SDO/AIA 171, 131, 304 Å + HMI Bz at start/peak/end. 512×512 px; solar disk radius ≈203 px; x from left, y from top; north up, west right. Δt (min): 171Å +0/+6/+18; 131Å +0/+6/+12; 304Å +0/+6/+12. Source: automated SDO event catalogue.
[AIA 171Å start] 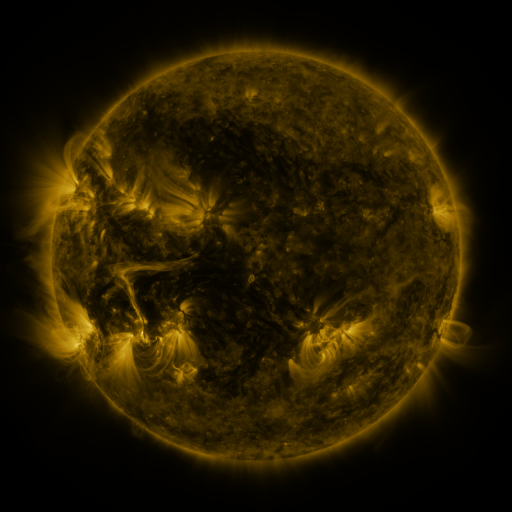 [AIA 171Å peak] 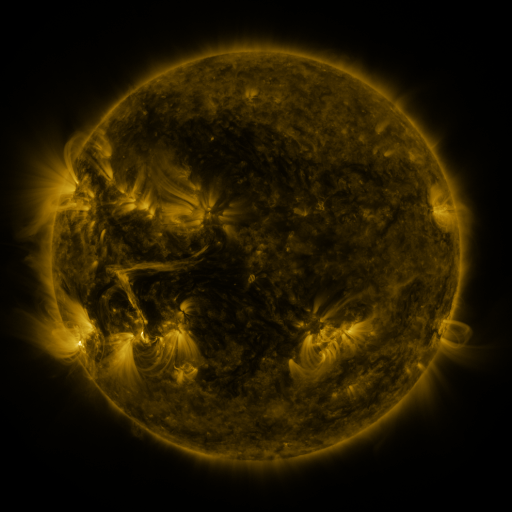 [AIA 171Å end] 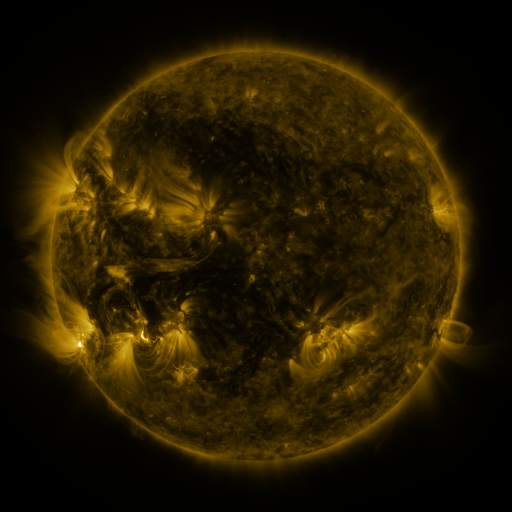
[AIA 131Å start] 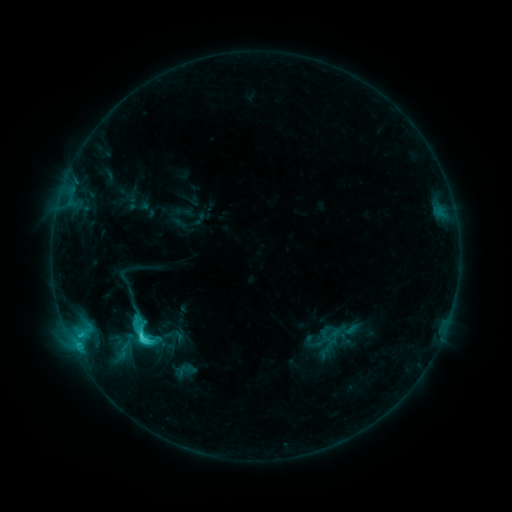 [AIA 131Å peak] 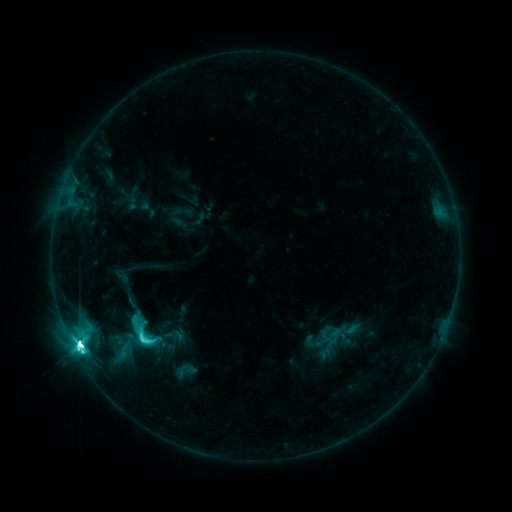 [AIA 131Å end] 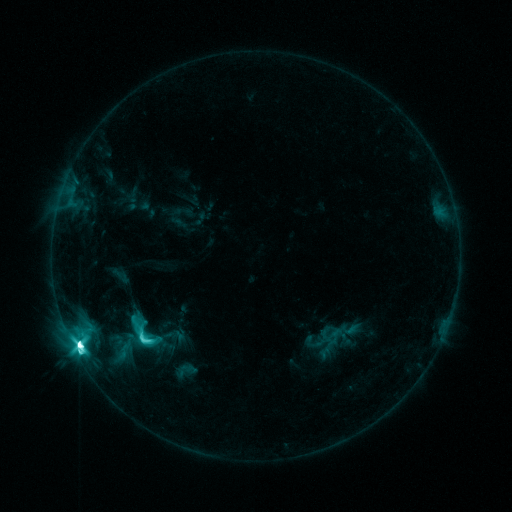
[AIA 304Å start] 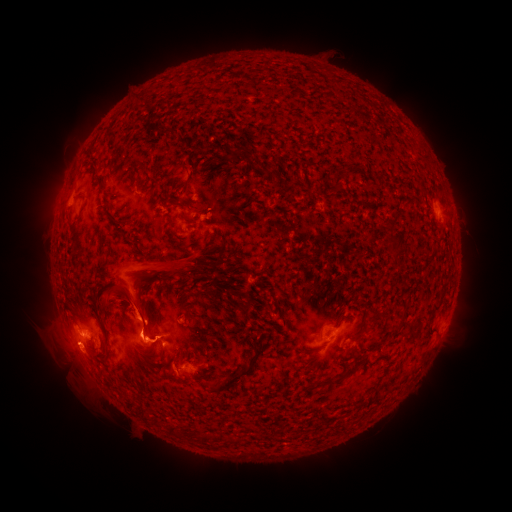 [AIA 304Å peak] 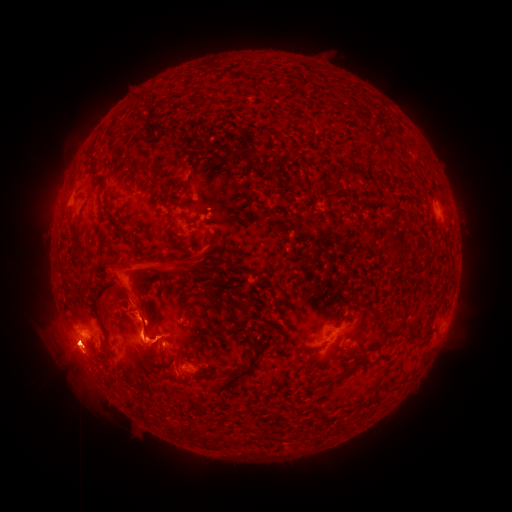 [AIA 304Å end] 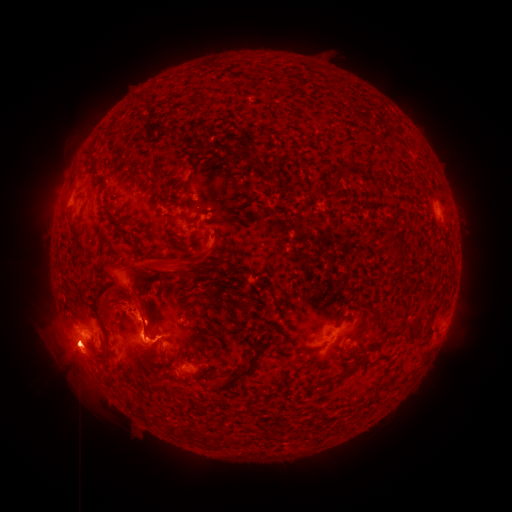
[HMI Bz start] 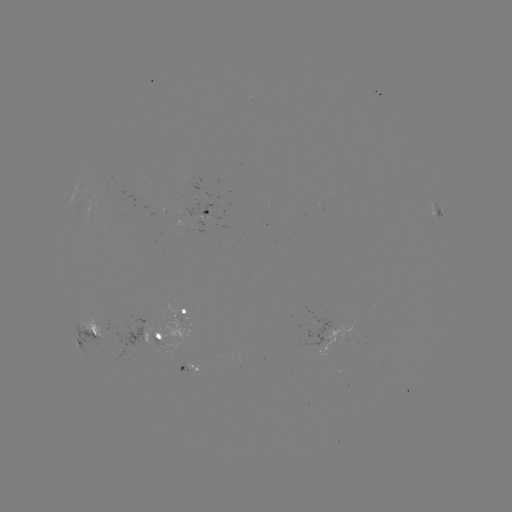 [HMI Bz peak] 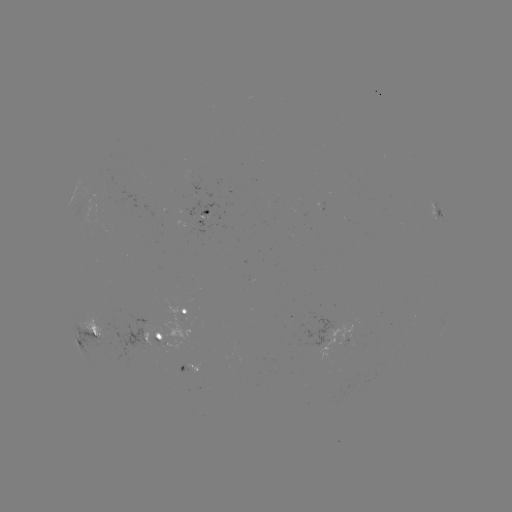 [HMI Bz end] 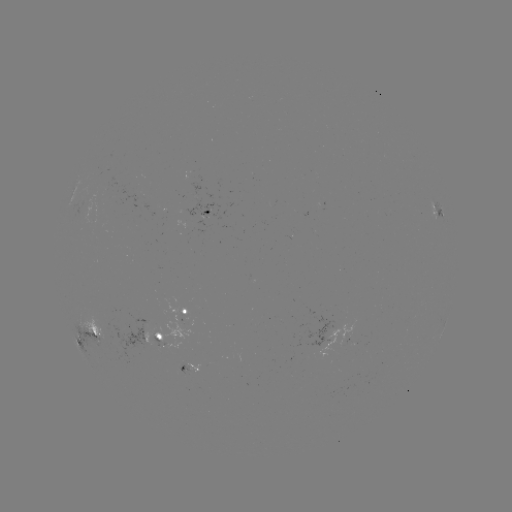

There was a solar flare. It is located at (80, 344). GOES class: M2.7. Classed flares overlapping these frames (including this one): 1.